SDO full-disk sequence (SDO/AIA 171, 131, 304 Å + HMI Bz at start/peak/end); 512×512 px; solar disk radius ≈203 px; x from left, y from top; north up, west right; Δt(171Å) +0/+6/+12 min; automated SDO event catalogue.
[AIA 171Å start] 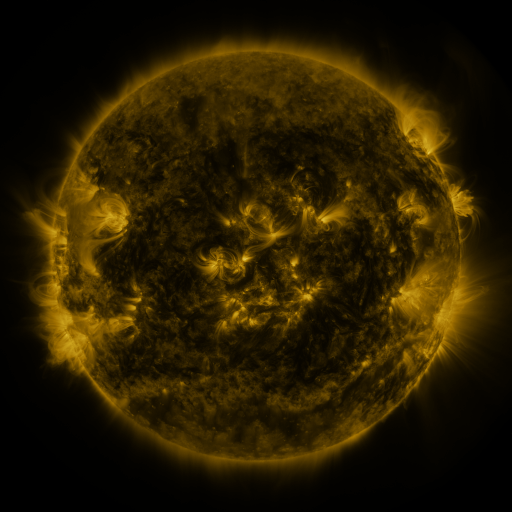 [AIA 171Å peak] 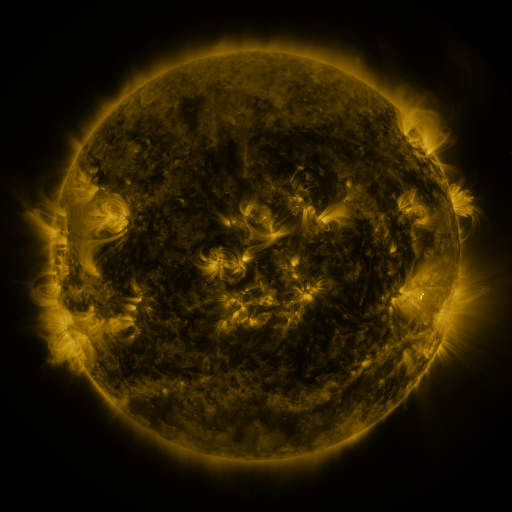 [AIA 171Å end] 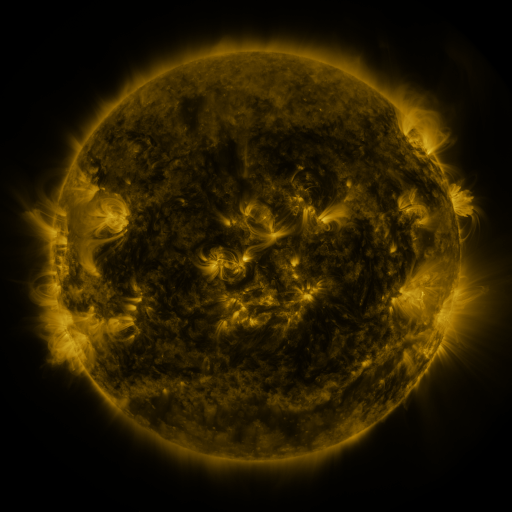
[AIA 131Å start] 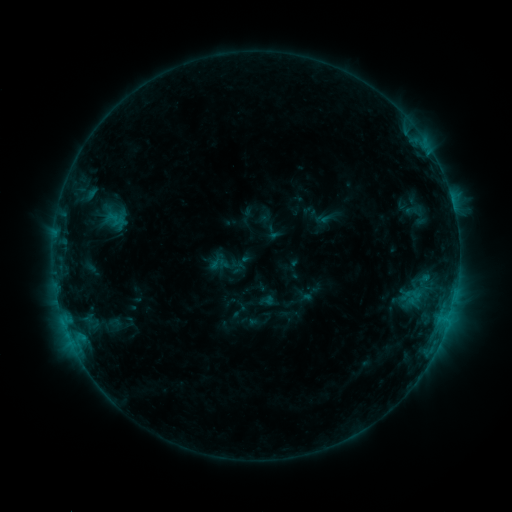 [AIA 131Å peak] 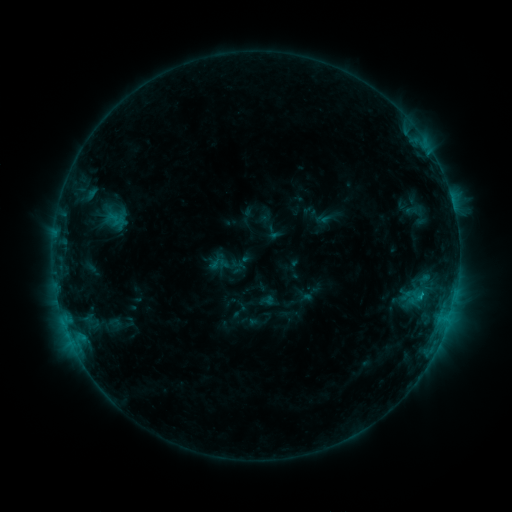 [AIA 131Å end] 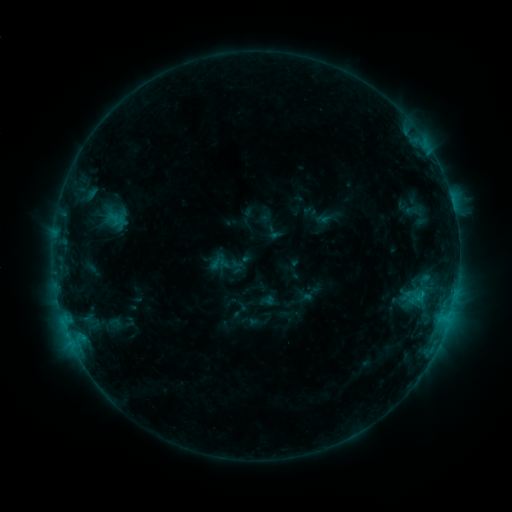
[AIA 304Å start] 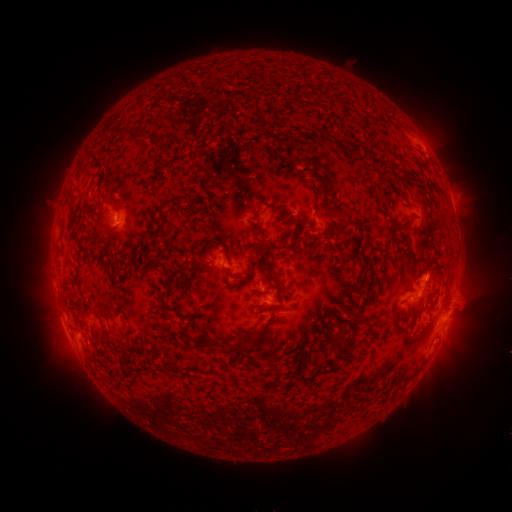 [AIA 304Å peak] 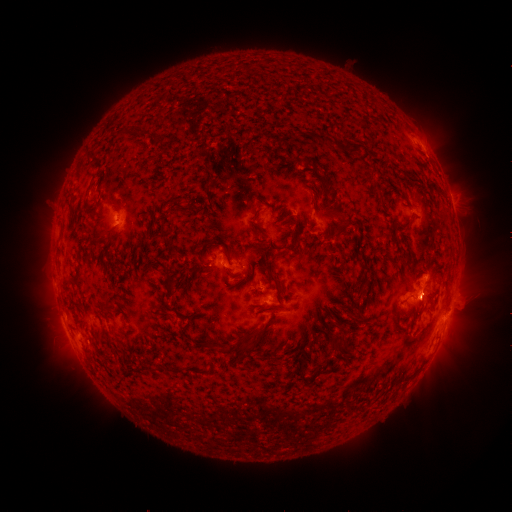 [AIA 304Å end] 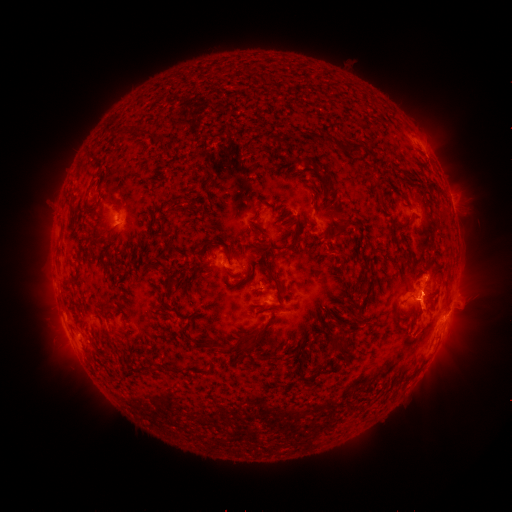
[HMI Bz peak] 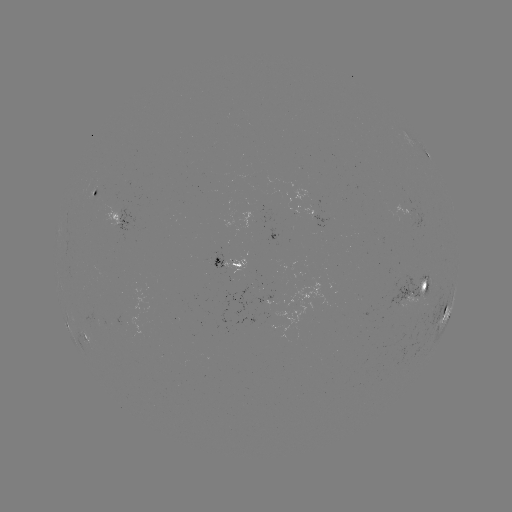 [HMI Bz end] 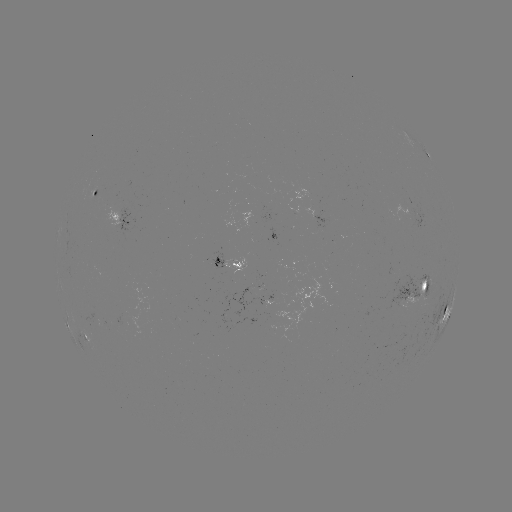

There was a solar eruption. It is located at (425, 305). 